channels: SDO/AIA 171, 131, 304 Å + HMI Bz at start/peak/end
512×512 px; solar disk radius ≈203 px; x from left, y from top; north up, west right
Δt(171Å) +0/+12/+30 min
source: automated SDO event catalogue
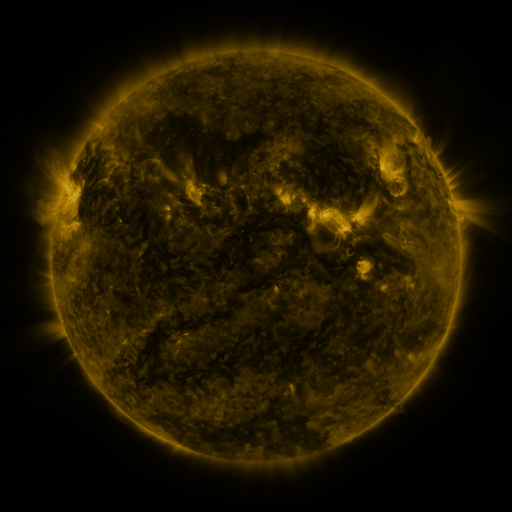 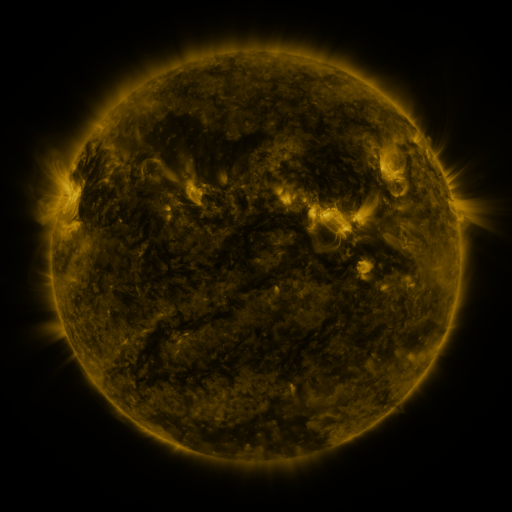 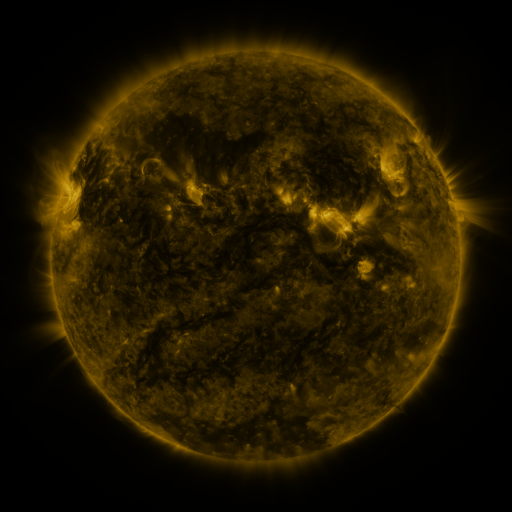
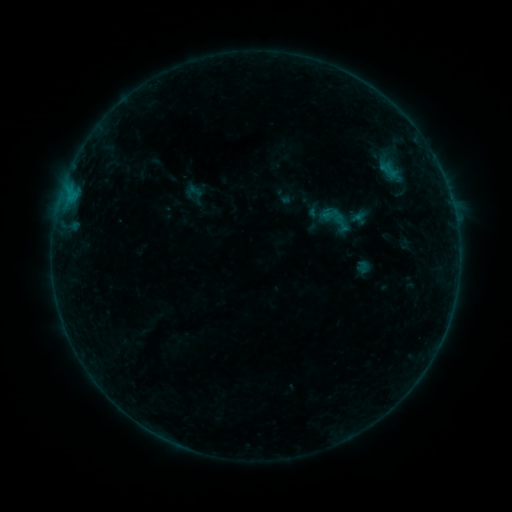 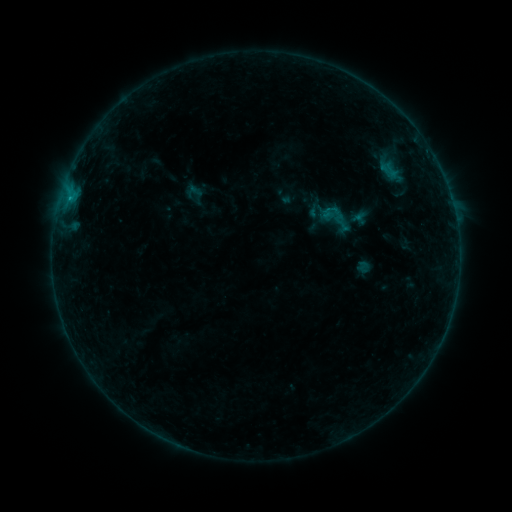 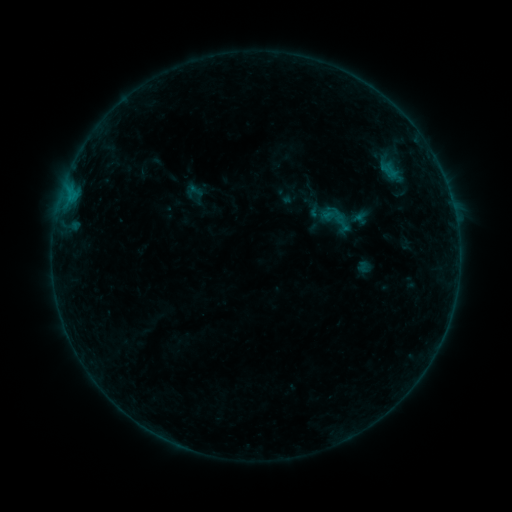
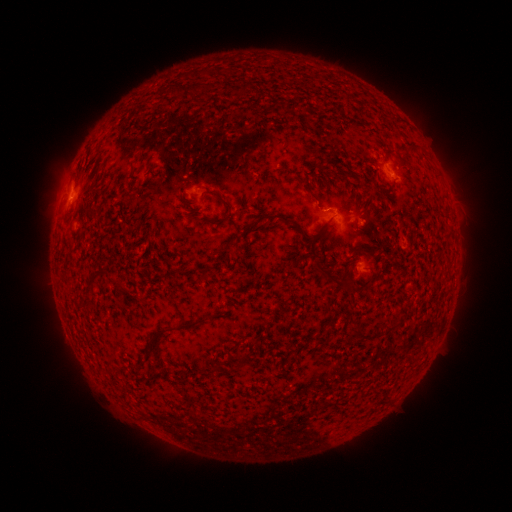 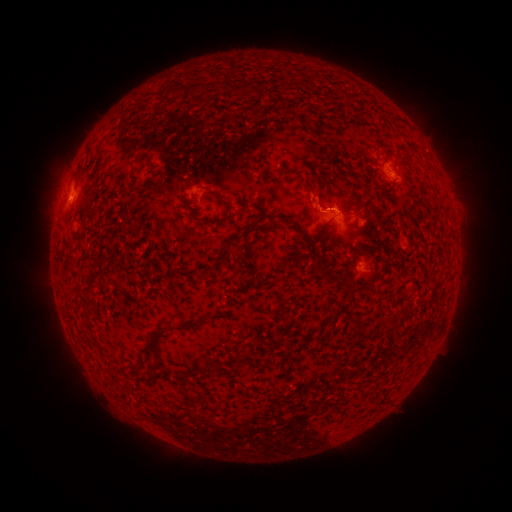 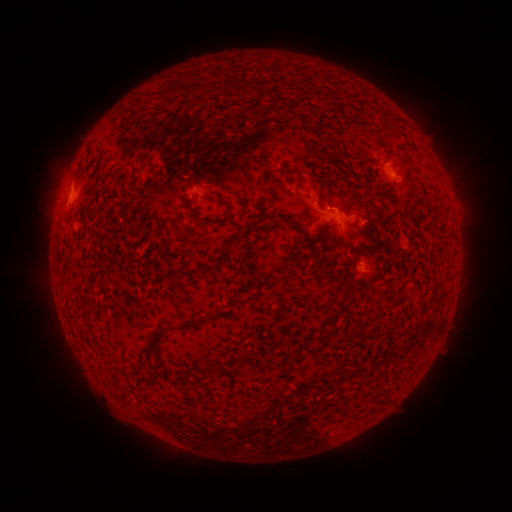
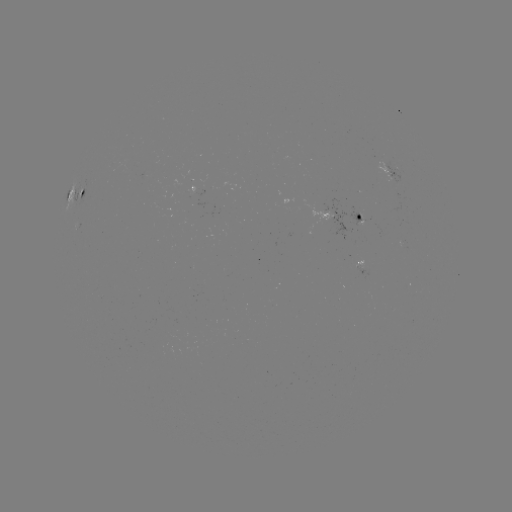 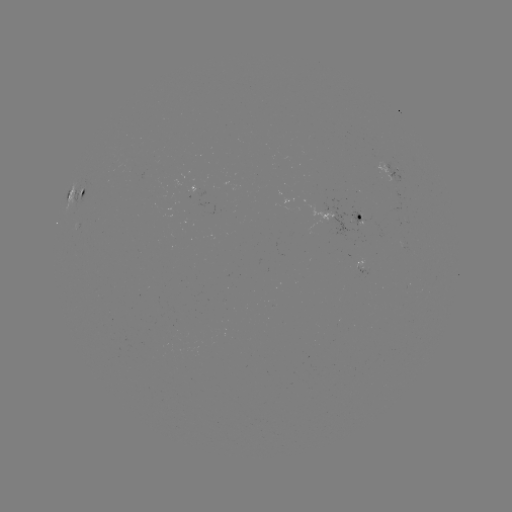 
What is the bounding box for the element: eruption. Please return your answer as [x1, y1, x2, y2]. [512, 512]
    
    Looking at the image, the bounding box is [287, 169, 363, 227].